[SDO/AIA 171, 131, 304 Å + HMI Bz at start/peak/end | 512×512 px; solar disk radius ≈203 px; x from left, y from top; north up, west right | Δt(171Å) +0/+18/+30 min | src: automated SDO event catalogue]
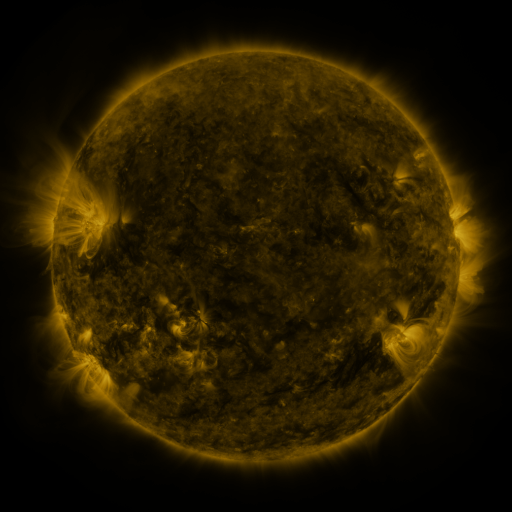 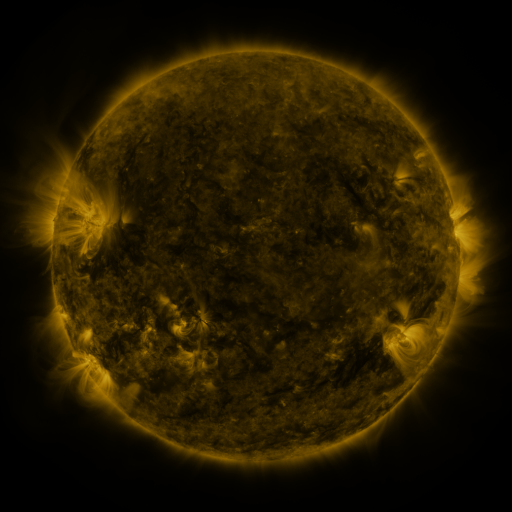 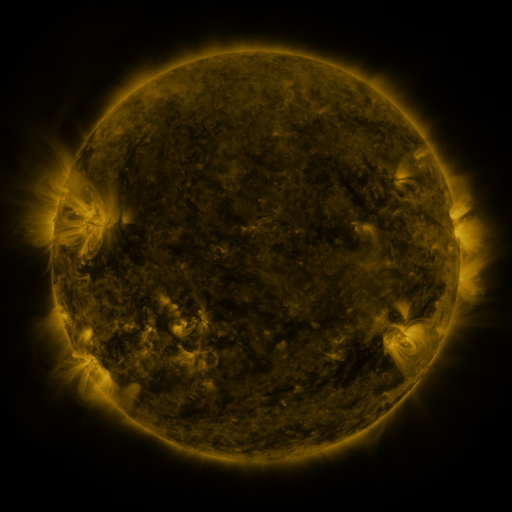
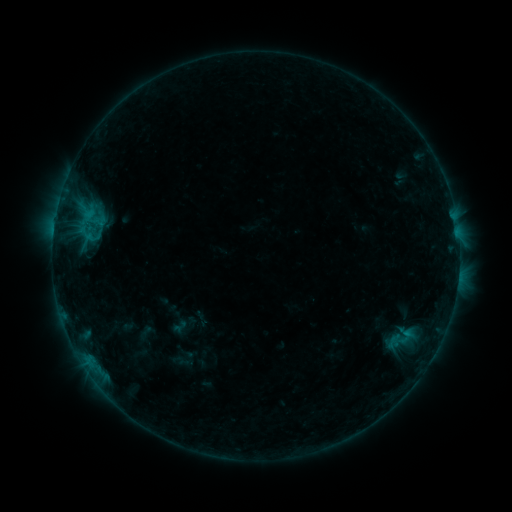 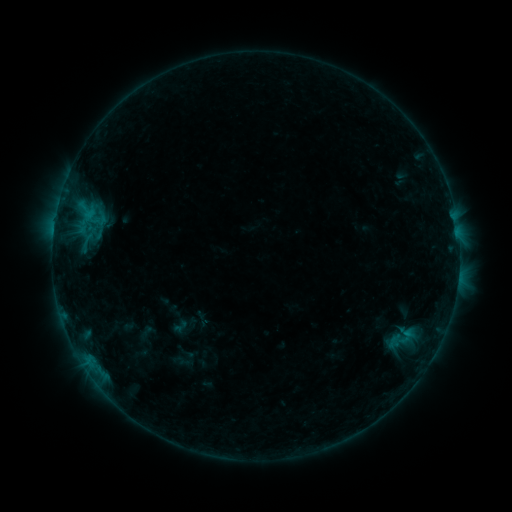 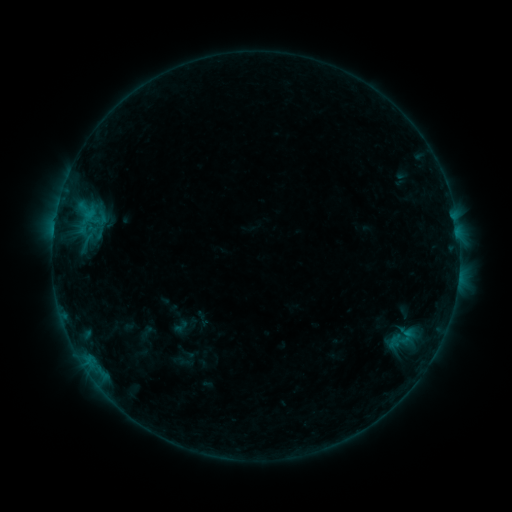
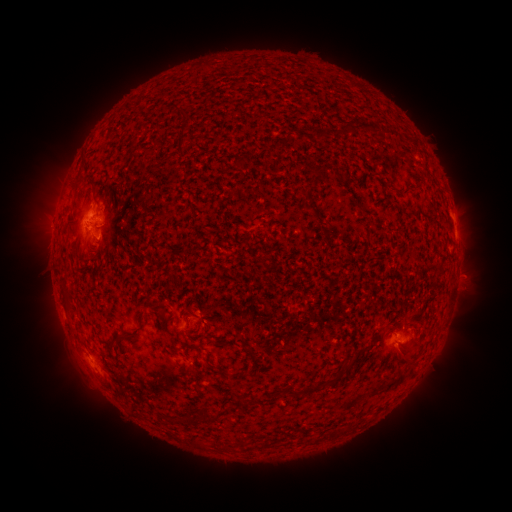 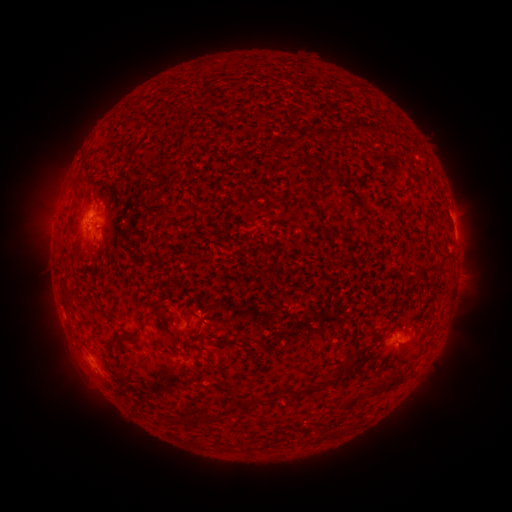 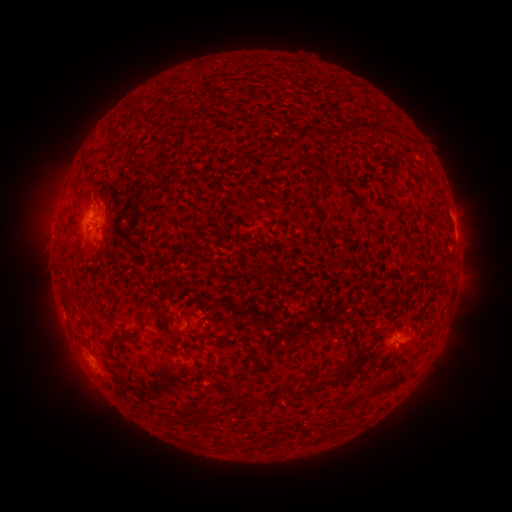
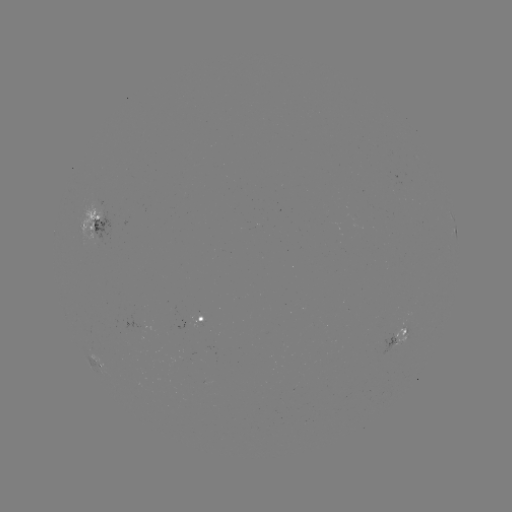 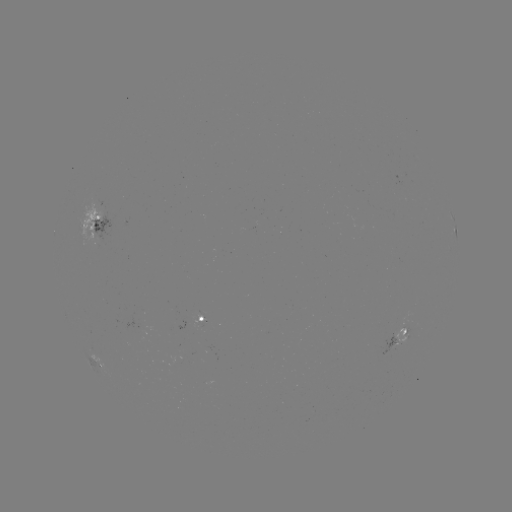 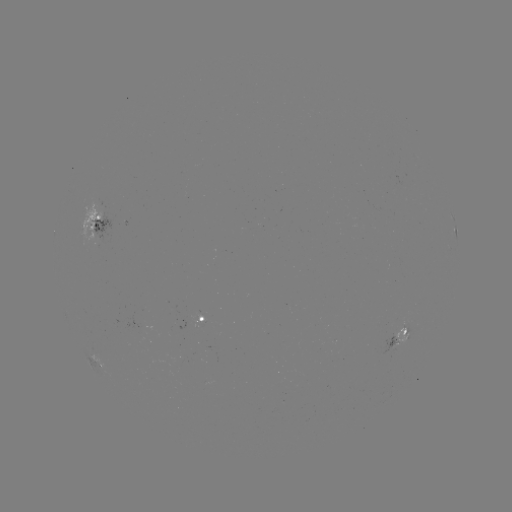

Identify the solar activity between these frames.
no flare in any classed list; no EUV-trigger detection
